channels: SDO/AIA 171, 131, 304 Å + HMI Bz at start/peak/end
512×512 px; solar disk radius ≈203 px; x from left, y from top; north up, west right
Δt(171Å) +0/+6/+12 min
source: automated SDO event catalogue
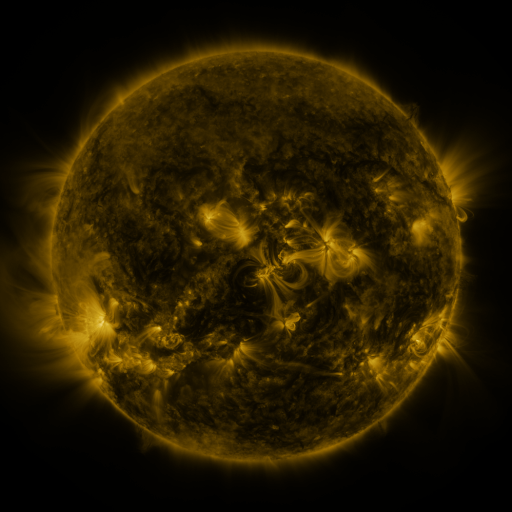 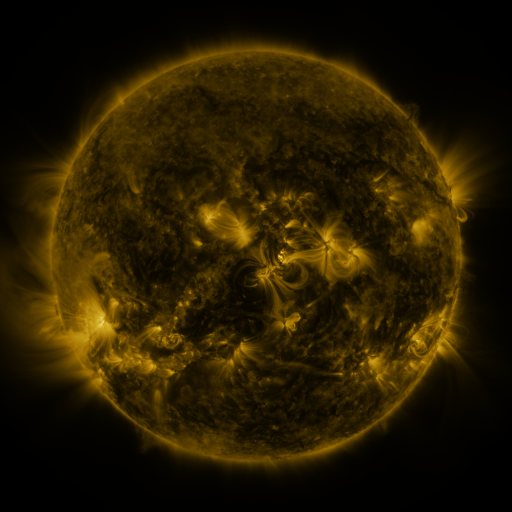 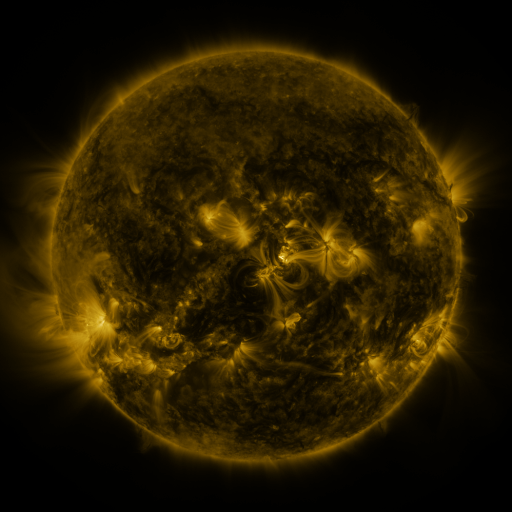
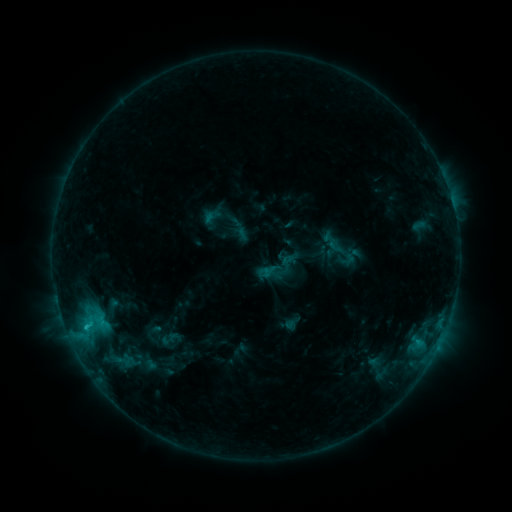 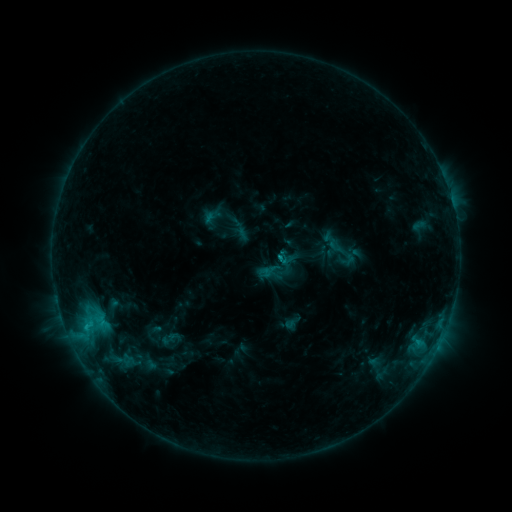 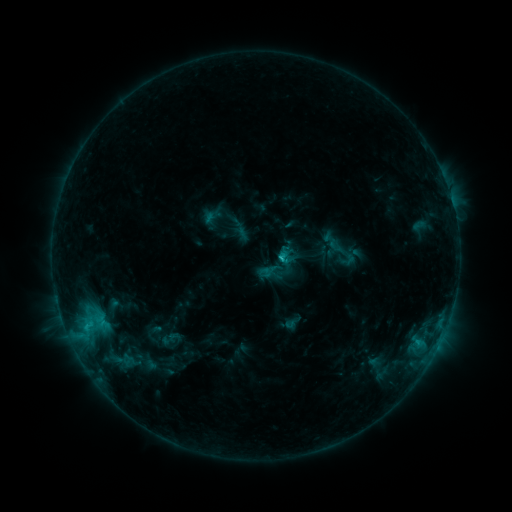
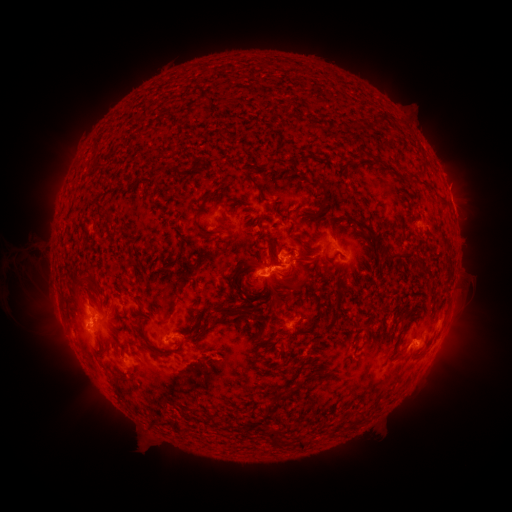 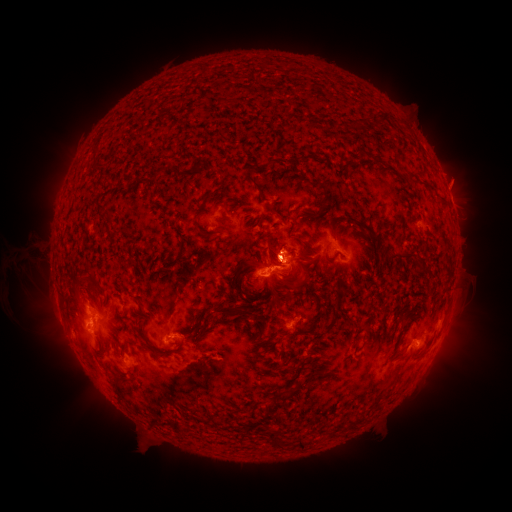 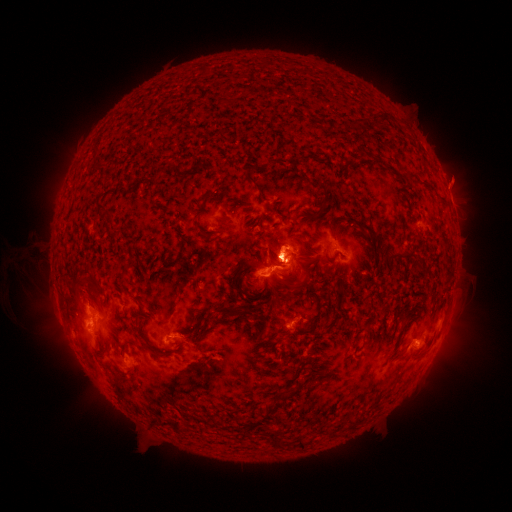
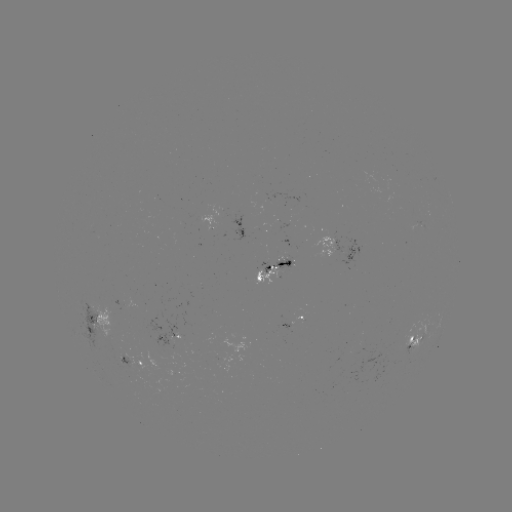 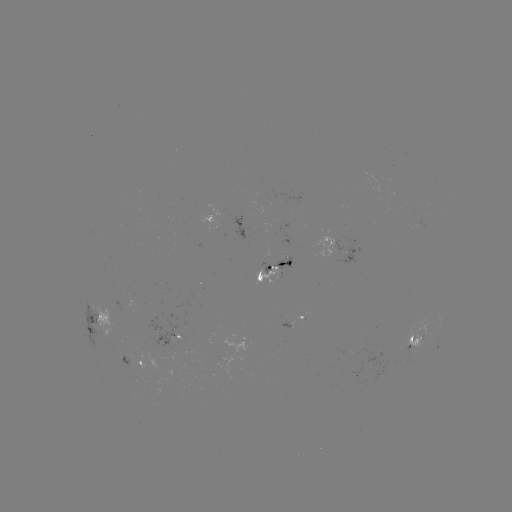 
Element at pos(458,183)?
eruption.